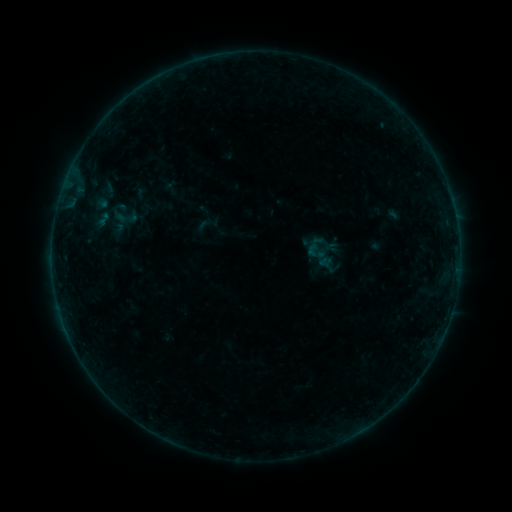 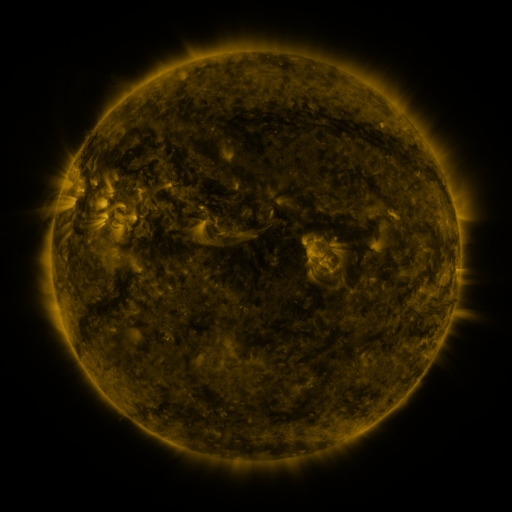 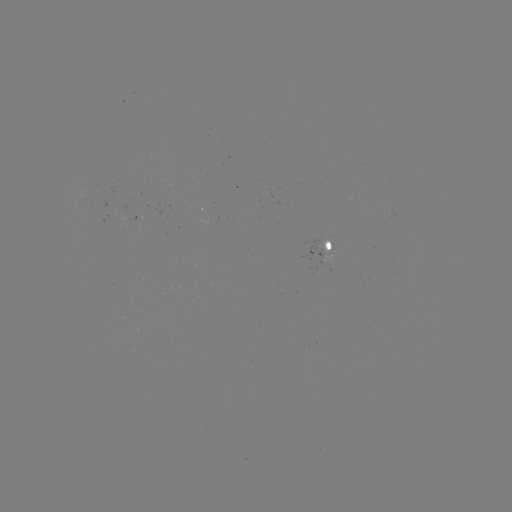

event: sigmoid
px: (327, 264)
